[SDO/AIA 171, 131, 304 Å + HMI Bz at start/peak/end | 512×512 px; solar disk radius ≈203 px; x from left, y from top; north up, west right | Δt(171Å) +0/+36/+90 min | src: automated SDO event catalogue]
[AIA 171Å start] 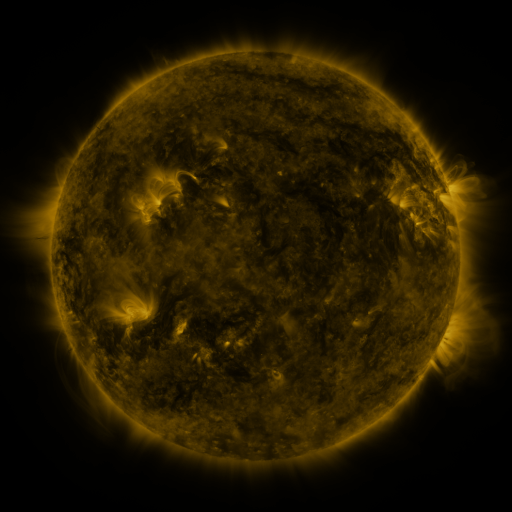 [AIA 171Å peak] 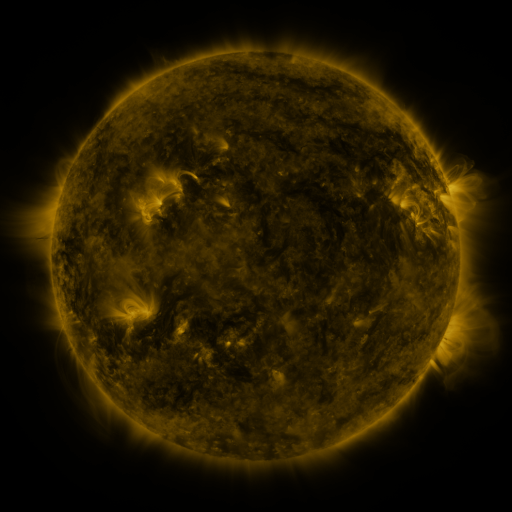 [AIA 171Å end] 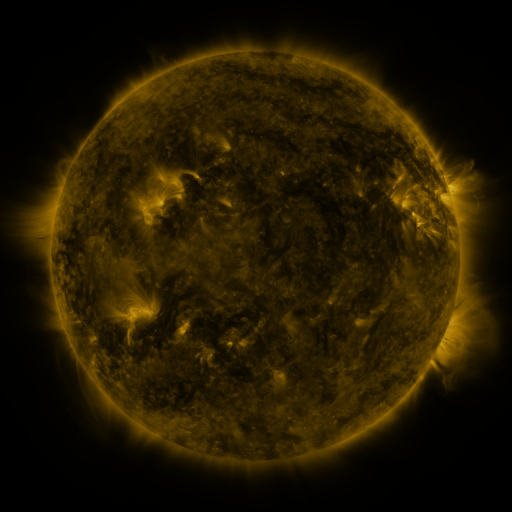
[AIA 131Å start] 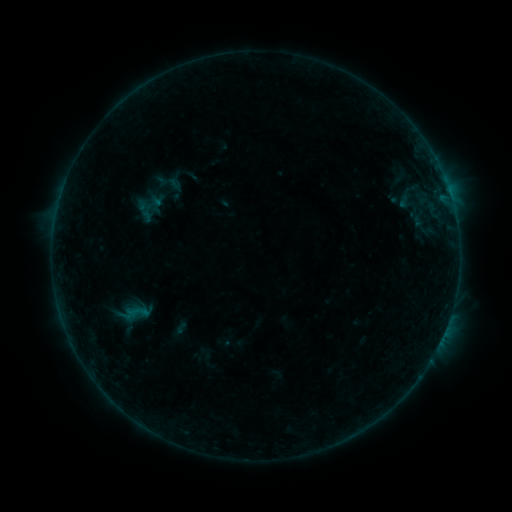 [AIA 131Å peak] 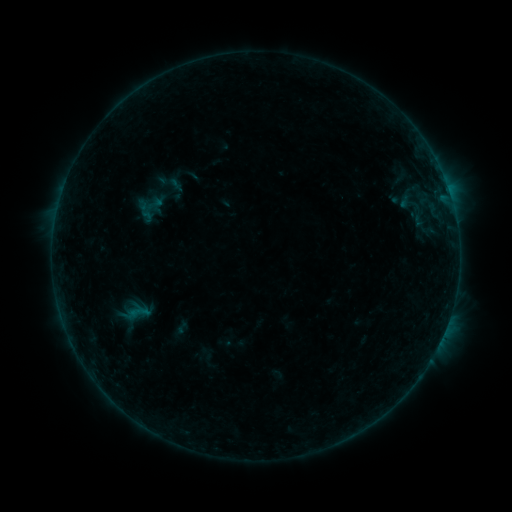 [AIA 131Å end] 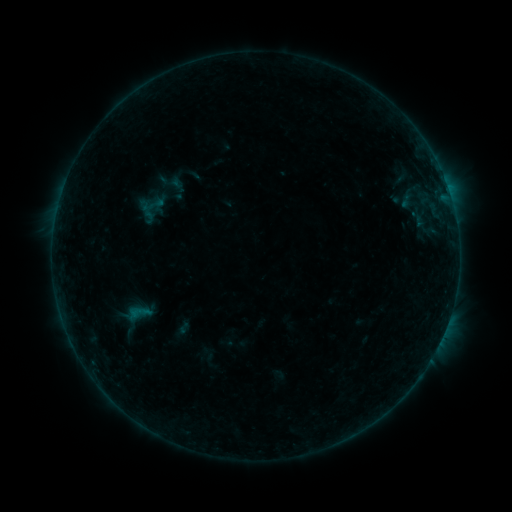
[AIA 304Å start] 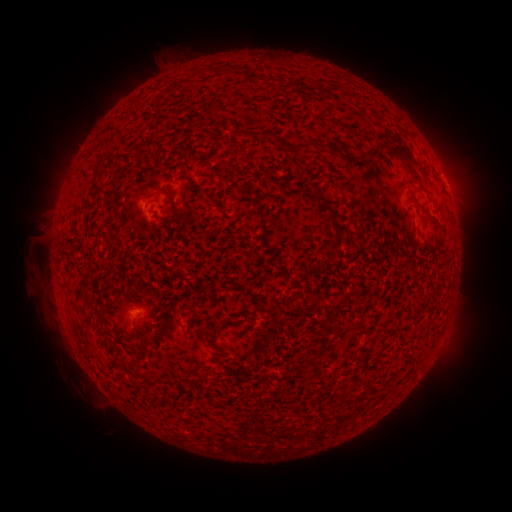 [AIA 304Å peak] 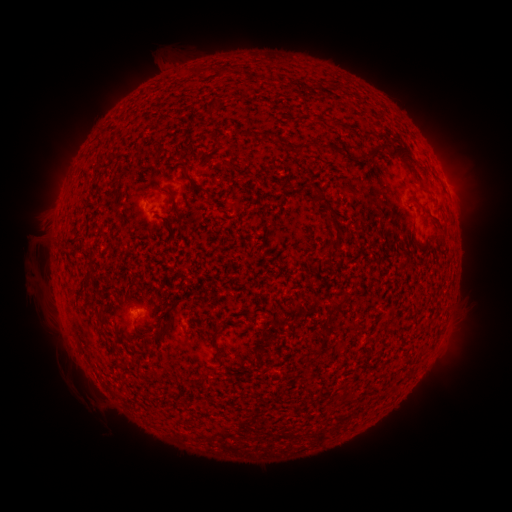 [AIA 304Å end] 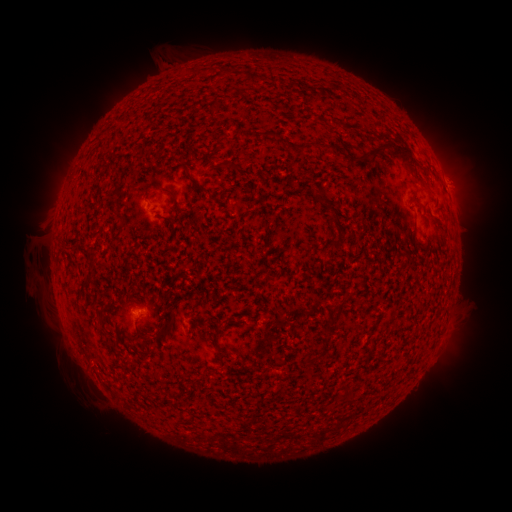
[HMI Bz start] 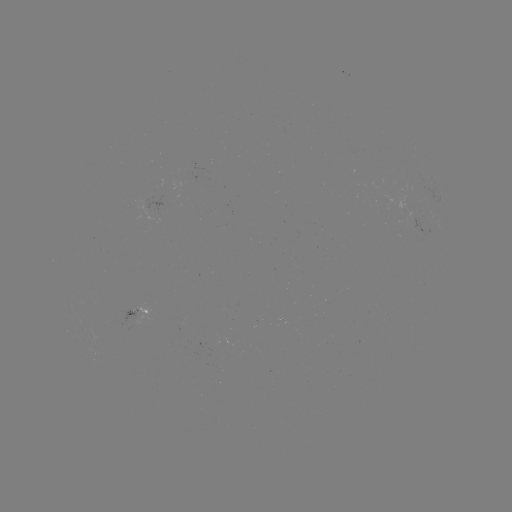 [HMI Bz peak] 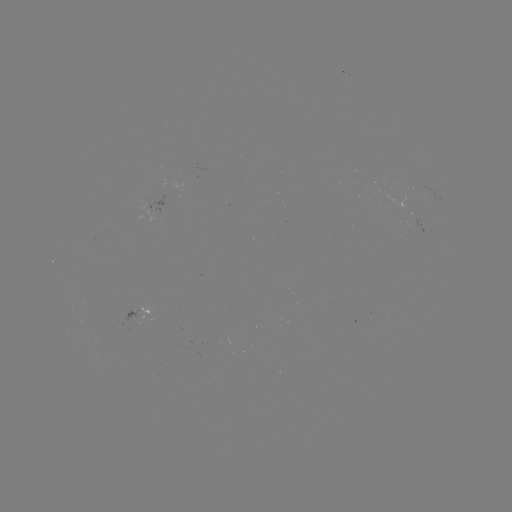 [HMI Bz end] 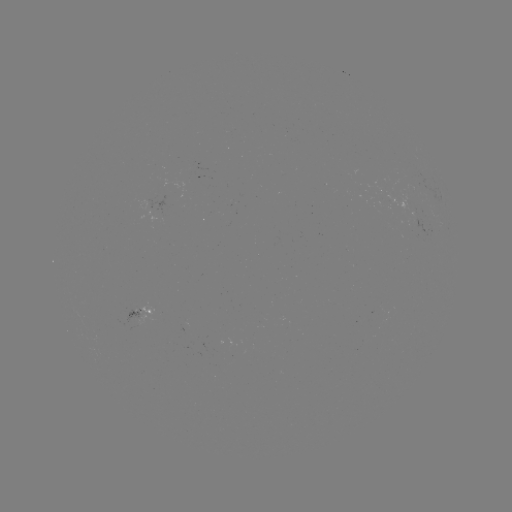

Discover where B2.6 flare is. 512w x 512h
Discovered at [449, 193].